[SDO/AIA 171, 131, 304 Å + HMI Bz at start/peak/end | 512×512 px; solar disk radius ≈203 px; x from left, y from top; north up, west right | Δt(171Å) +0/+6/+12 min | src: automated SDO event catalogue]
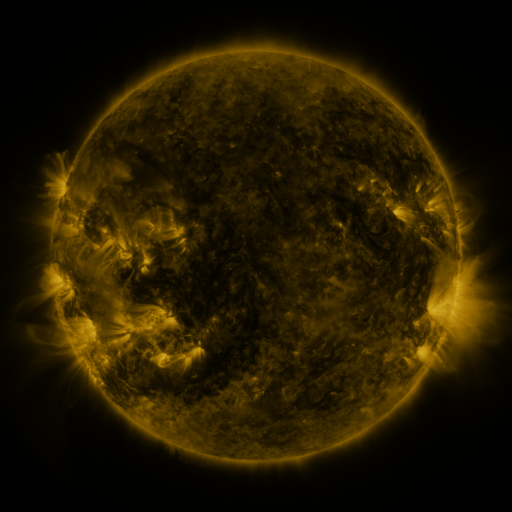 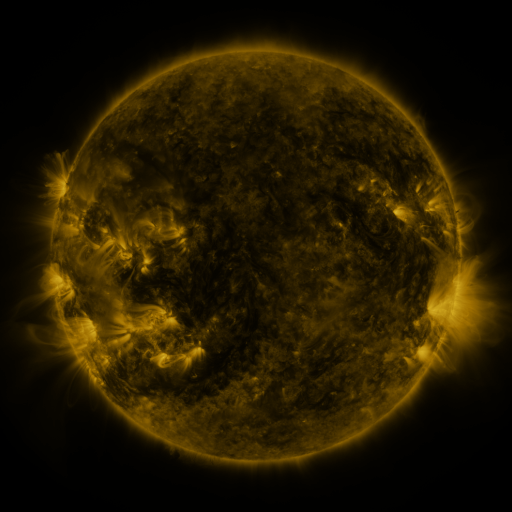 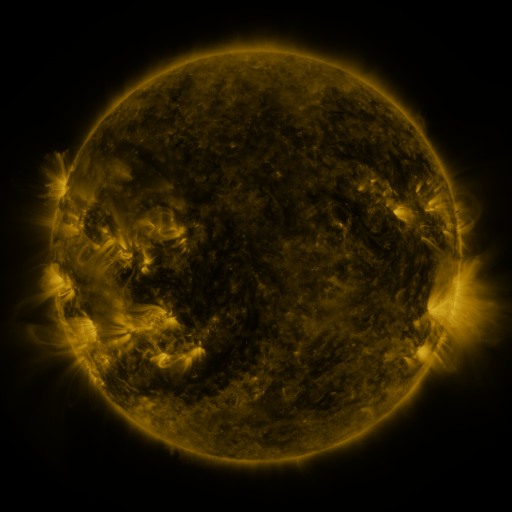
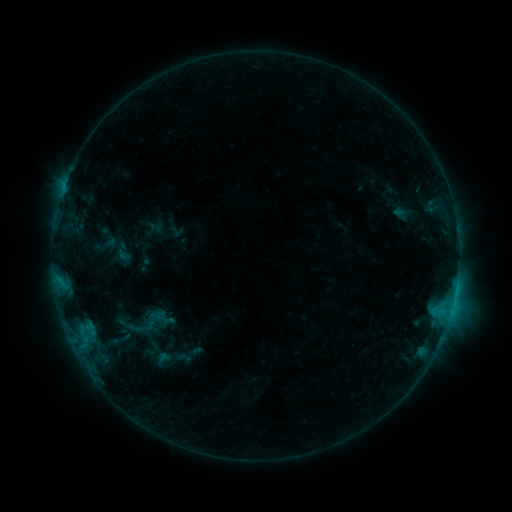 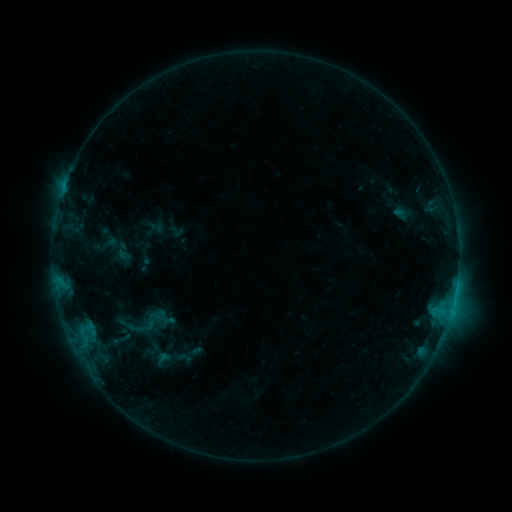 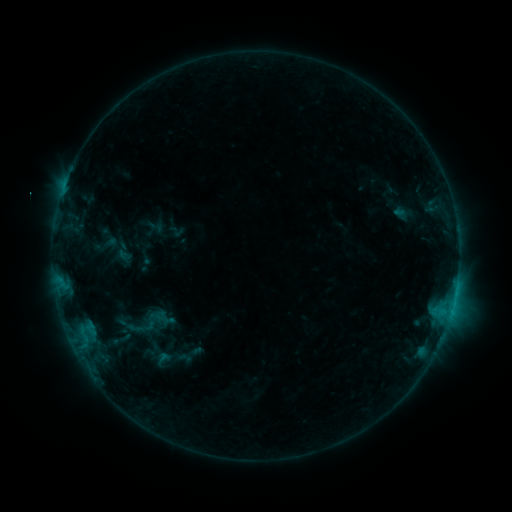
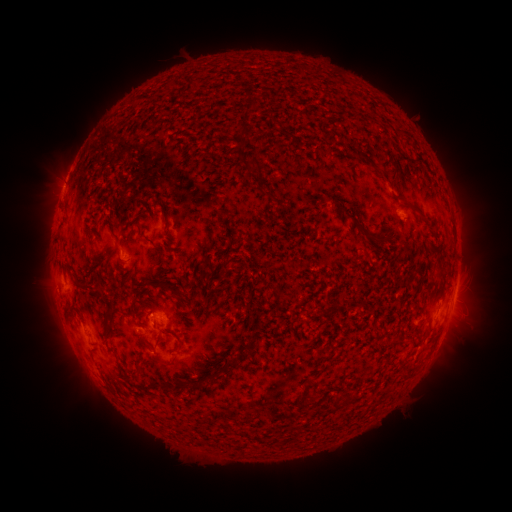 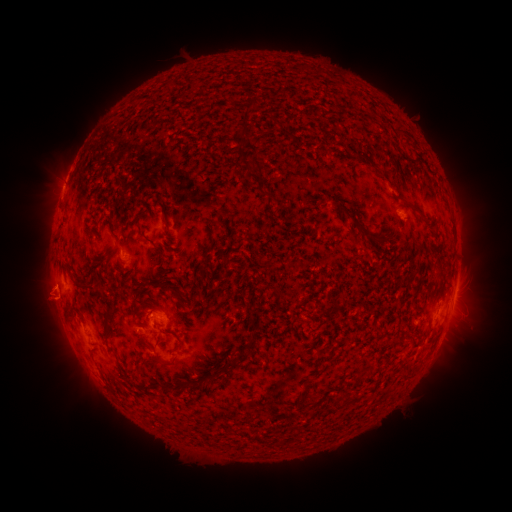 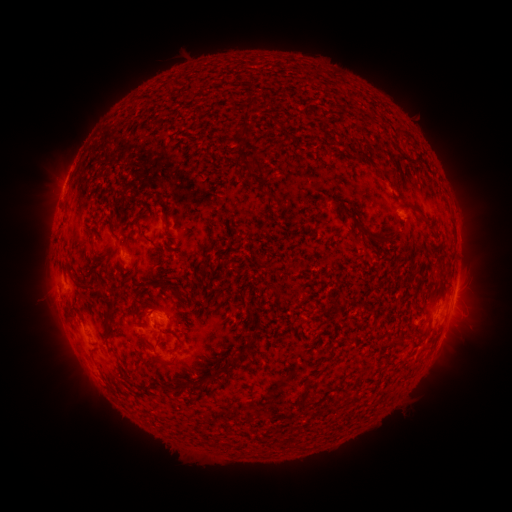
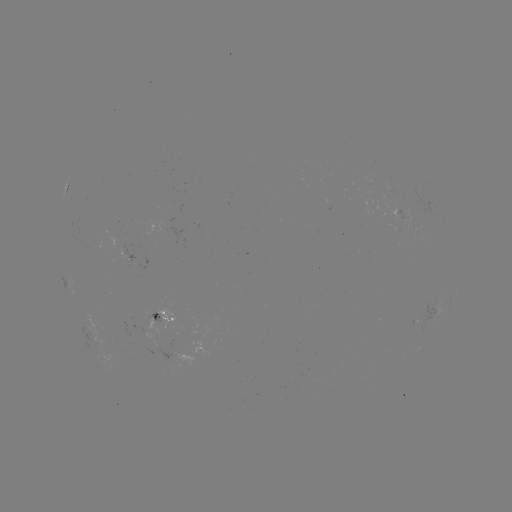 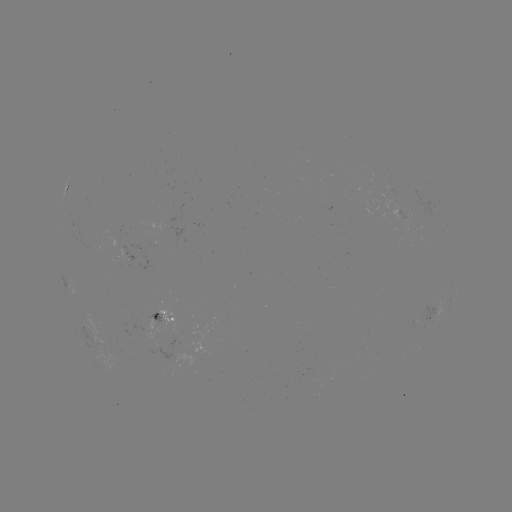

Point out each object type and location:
eruption: (47, 294)
